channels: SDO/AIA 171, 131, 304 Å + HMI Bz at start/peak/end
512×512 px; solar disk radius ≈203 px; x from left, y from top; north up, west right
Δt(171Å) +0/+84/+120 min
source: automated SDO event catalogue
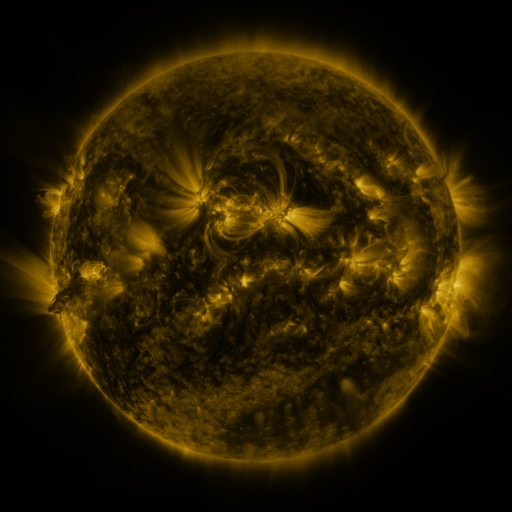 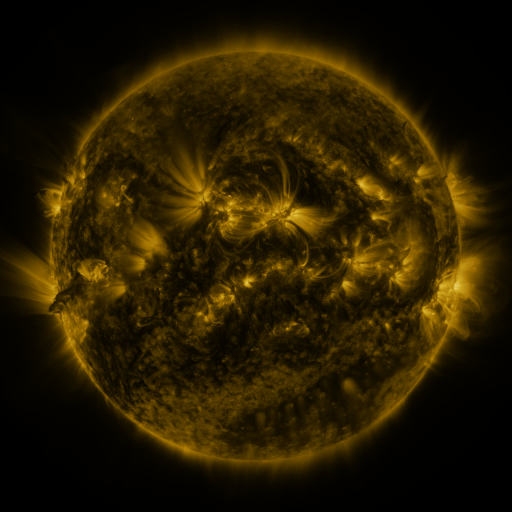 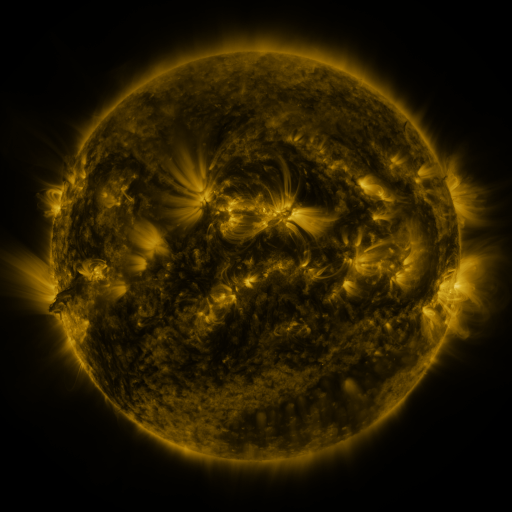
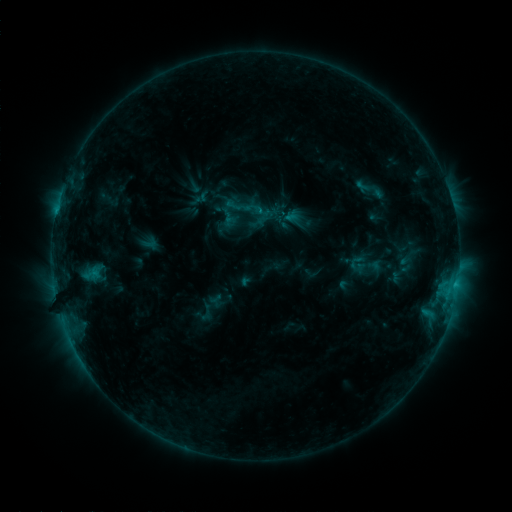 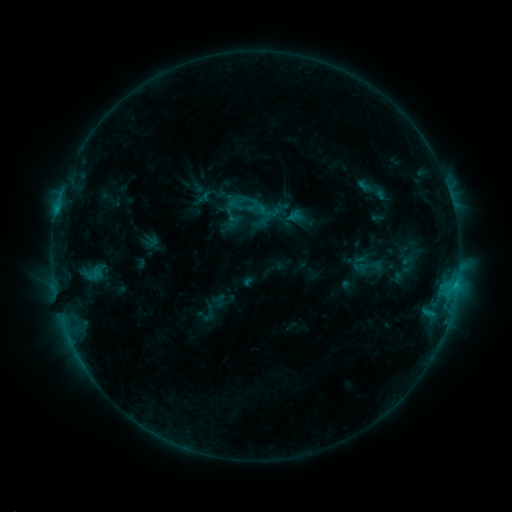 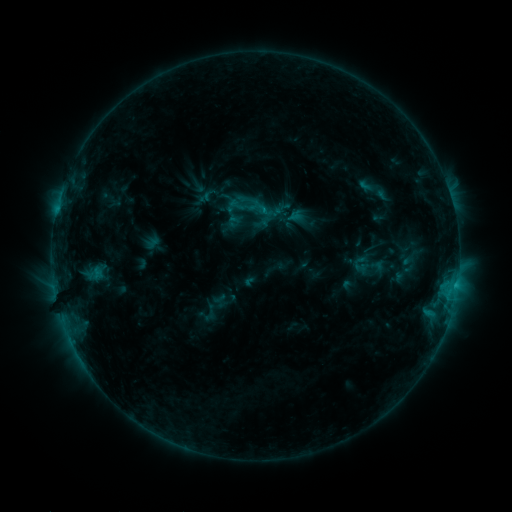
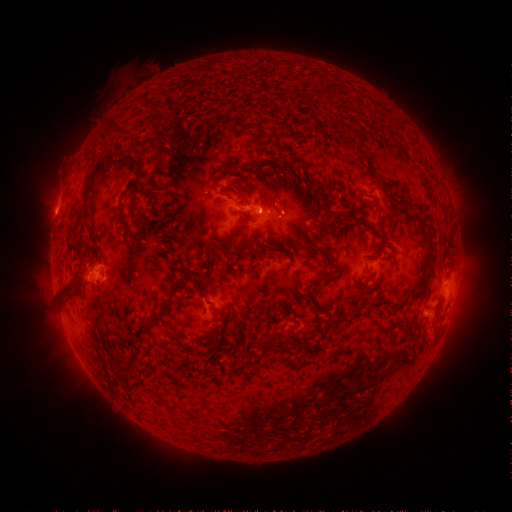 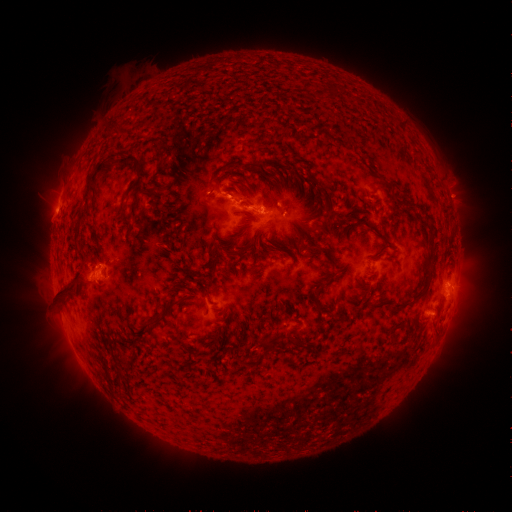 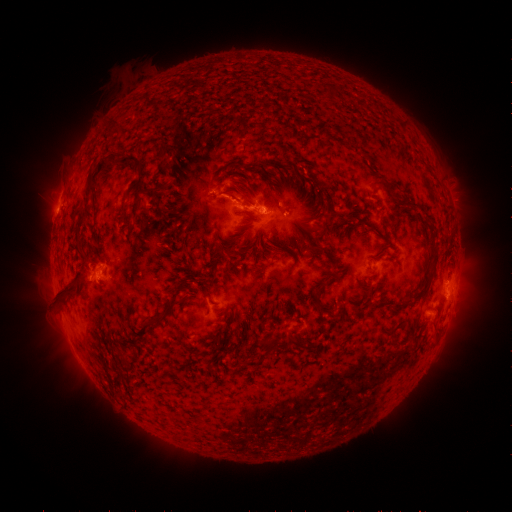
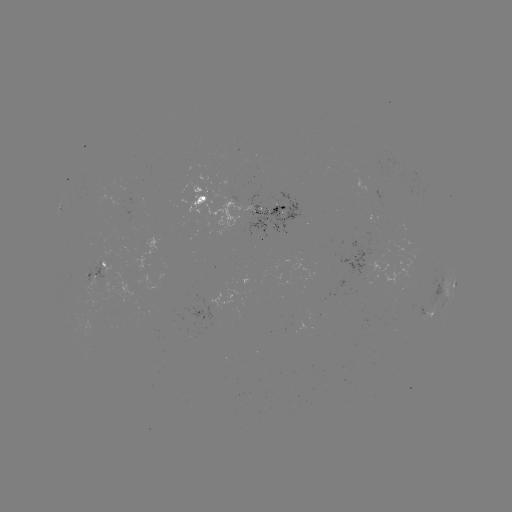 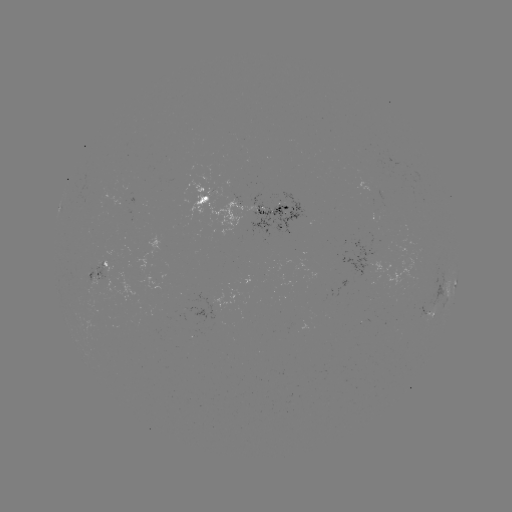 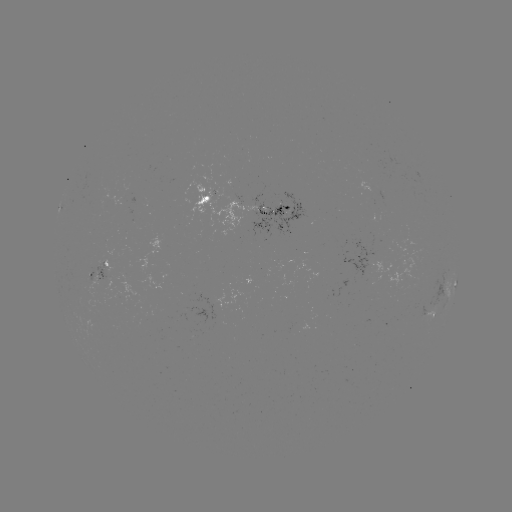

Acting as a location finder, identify emerging-flux region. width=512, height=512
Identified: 126,291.